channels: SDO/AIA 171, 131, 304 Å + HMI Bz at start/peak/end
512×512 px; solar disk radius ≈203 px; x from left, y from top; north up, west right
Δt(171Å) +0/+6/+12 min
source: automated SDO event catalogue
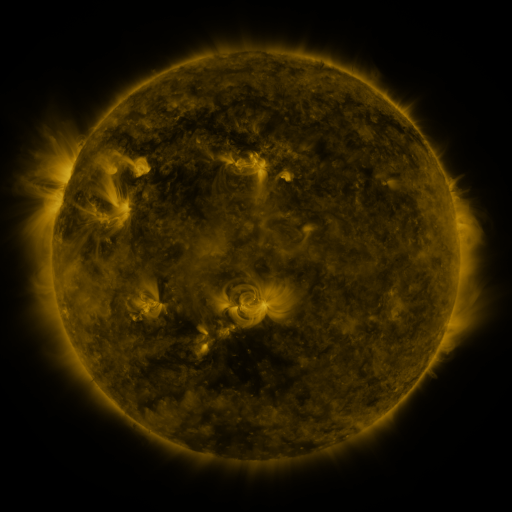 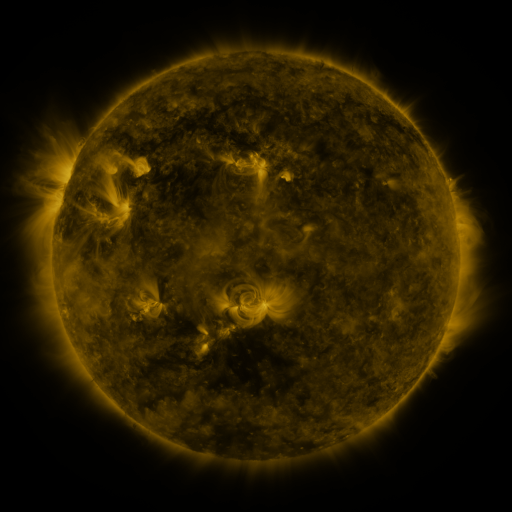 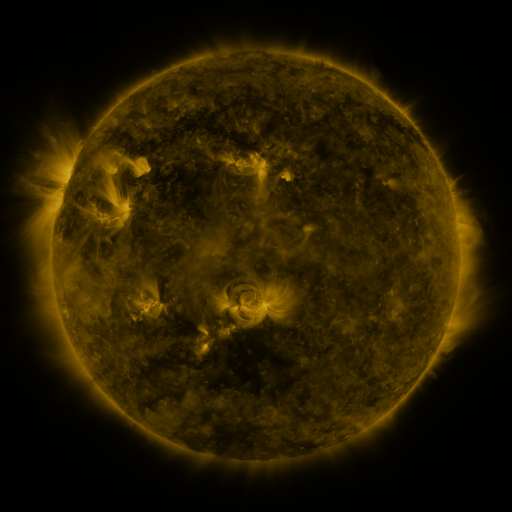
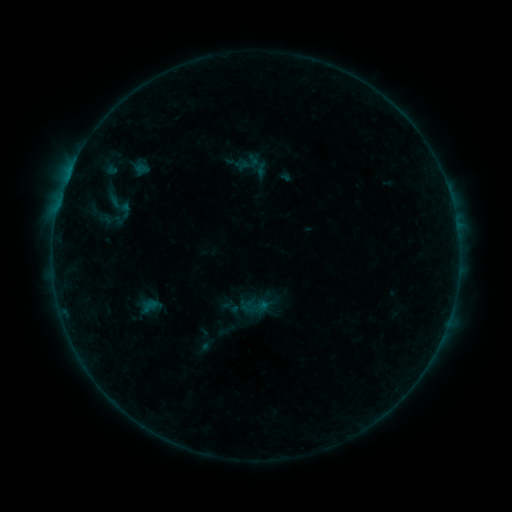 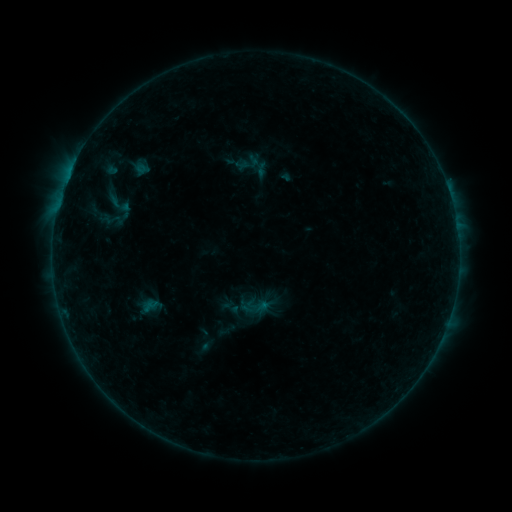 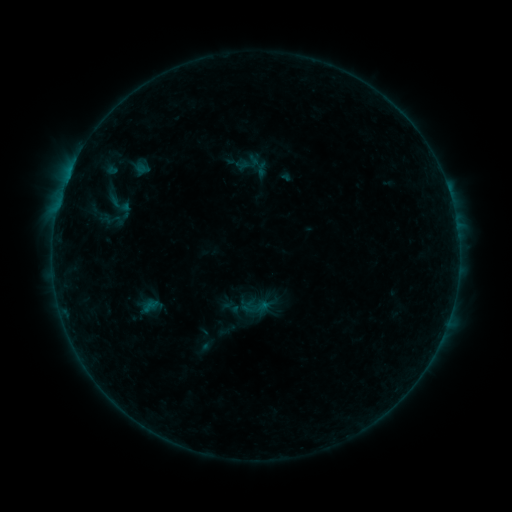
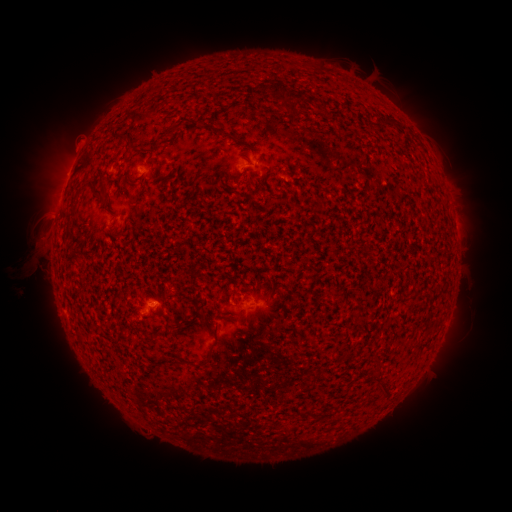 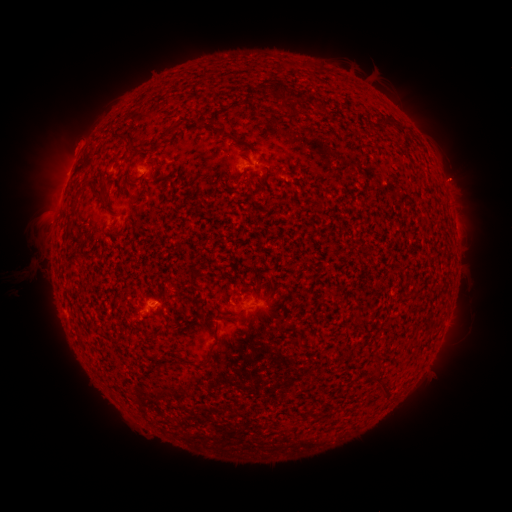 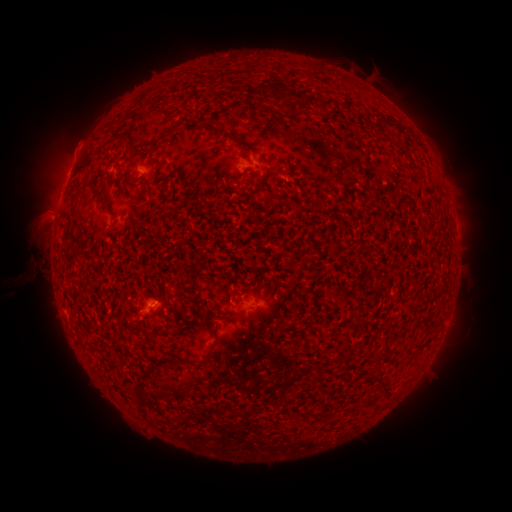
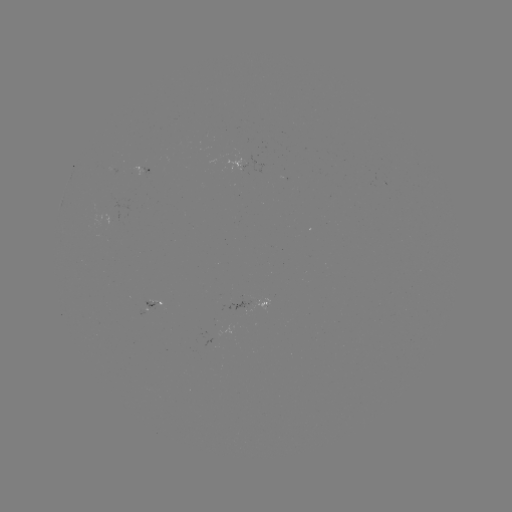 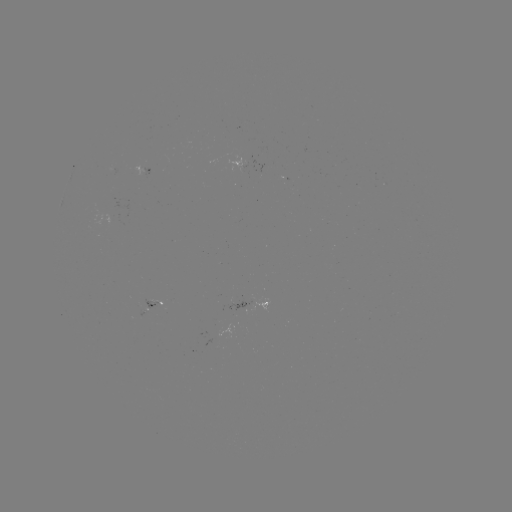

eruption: <bbox>426, 117, 477, 147</bbox>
